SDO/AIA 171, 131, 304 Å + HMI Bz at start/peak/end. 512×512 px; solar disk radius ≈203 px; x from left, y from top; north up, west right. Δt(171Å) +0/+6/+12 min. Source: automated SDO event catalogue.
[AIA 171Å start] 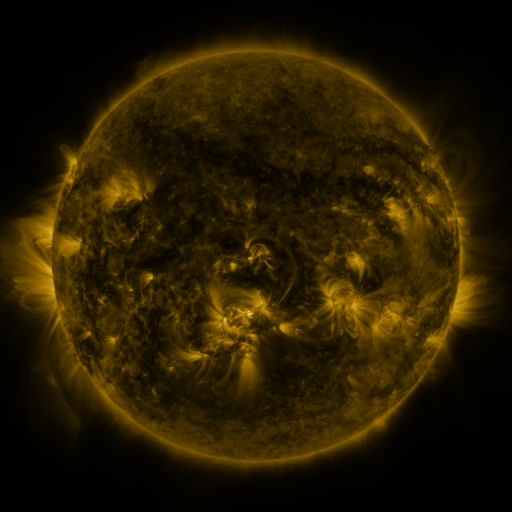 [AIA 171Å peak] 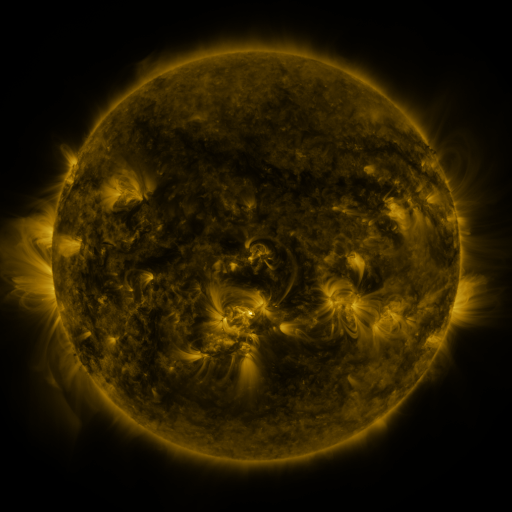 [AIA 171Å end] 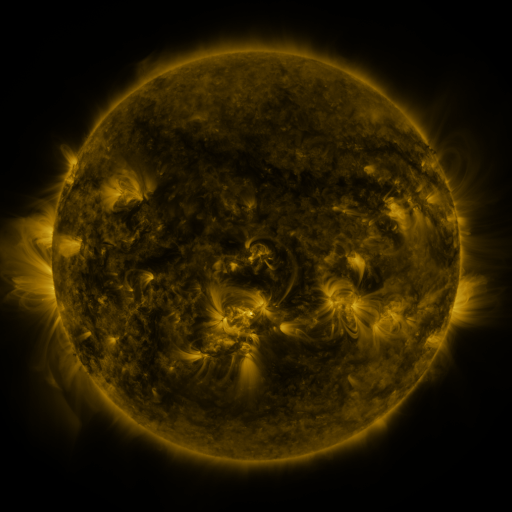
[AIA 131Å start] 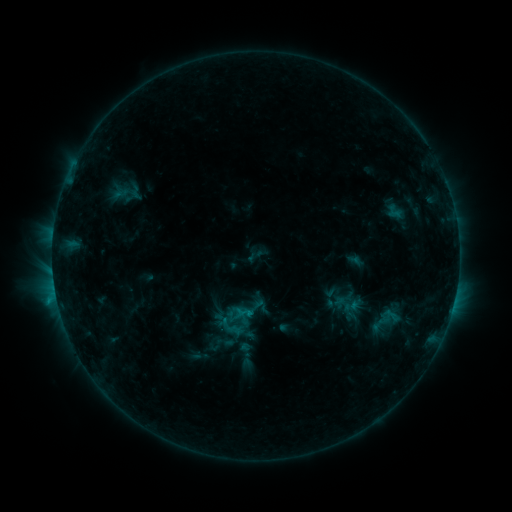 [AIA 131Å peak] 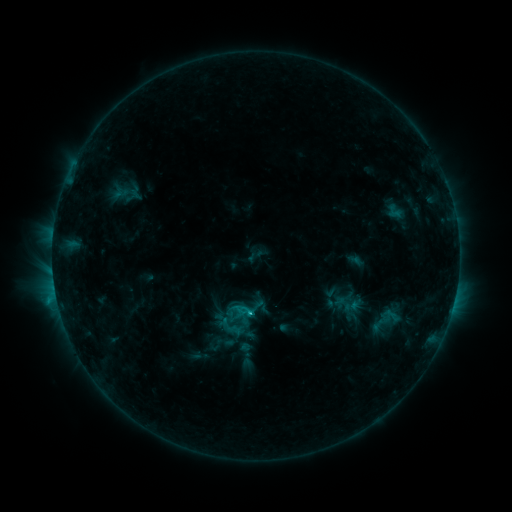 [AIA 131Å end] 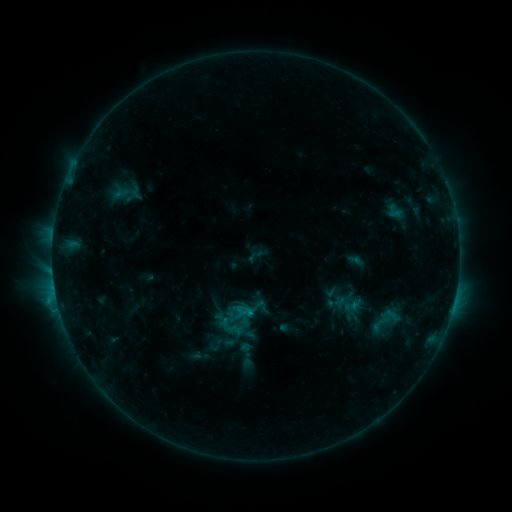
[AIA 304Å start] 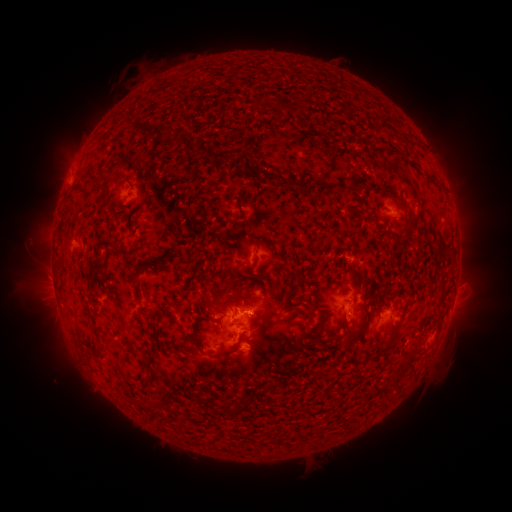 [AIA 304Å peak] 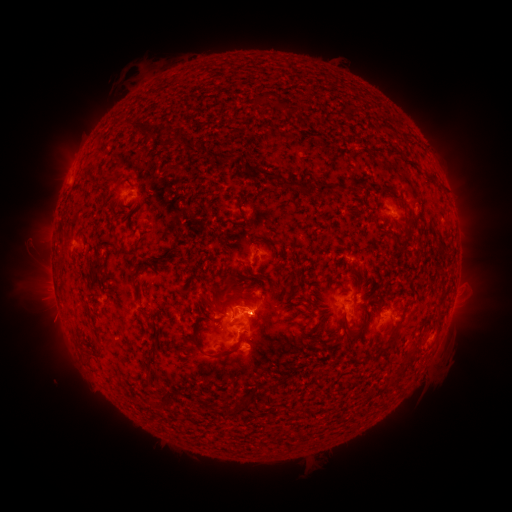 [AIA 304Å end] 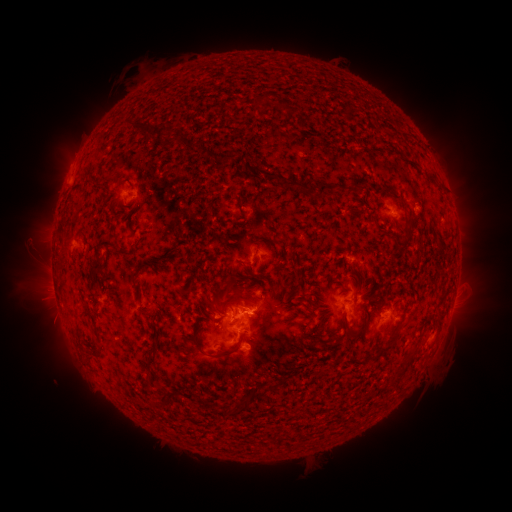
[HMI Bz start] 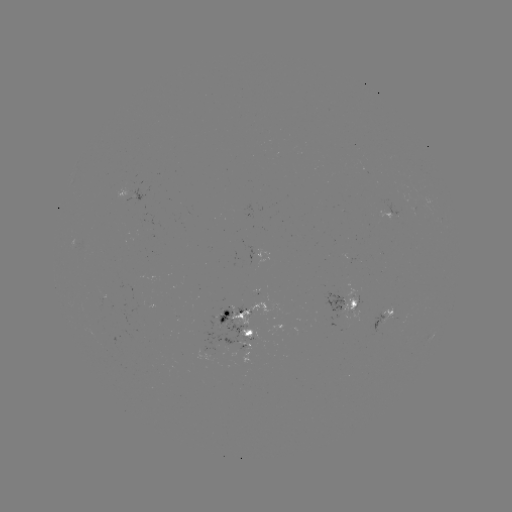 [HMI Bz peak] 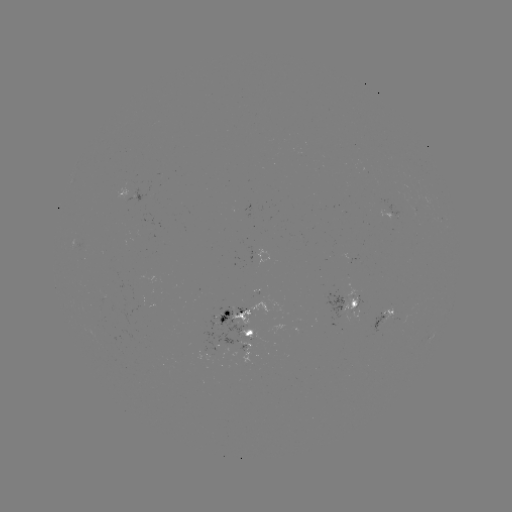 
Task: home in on C1.8 flare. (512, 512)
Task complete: [252, 309].